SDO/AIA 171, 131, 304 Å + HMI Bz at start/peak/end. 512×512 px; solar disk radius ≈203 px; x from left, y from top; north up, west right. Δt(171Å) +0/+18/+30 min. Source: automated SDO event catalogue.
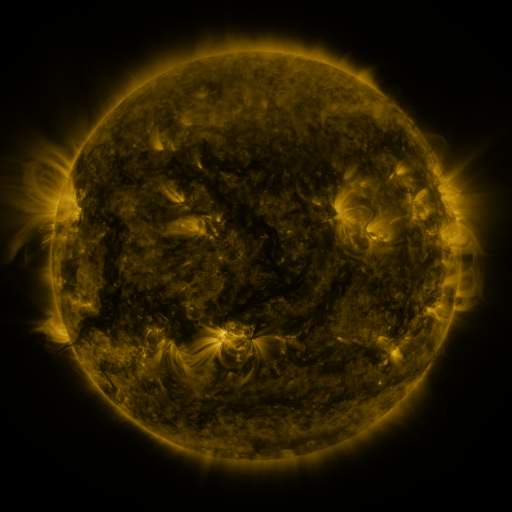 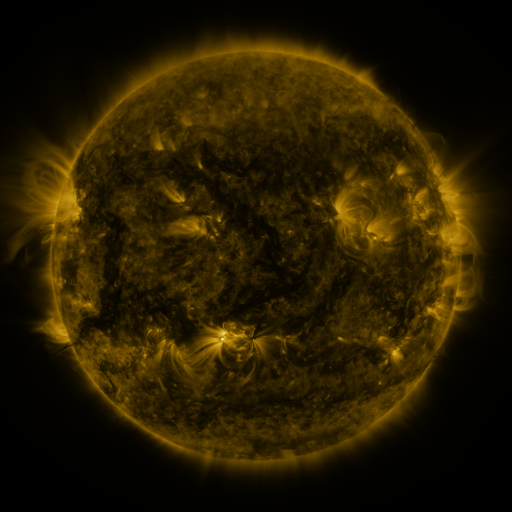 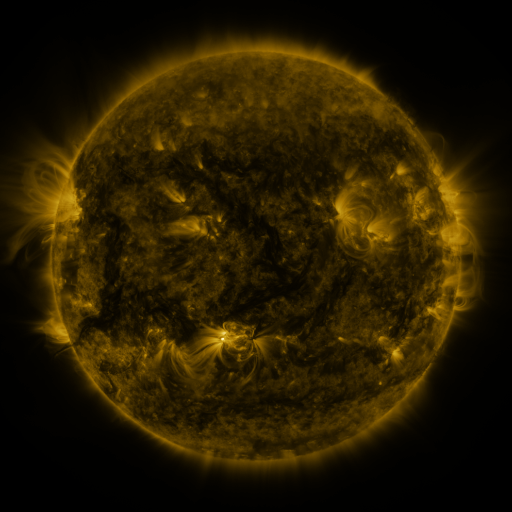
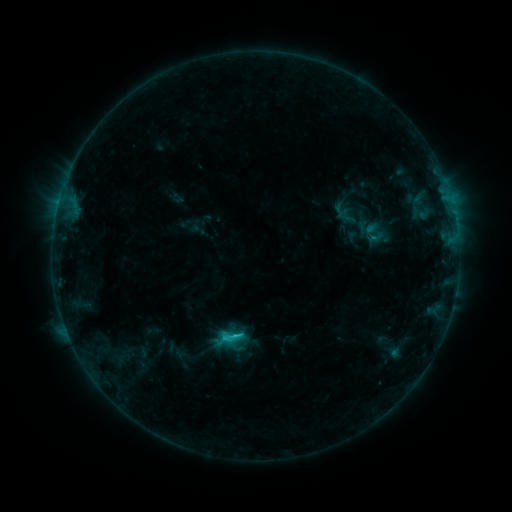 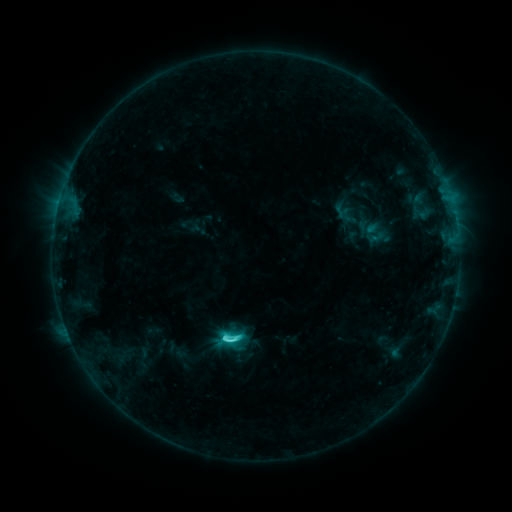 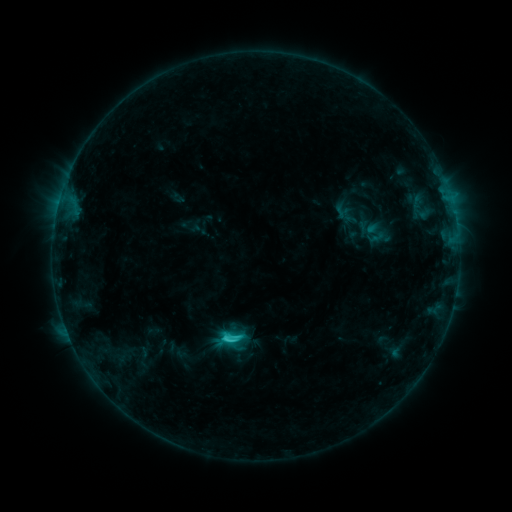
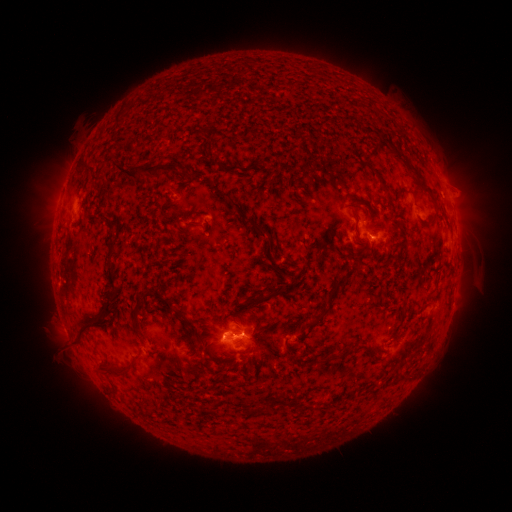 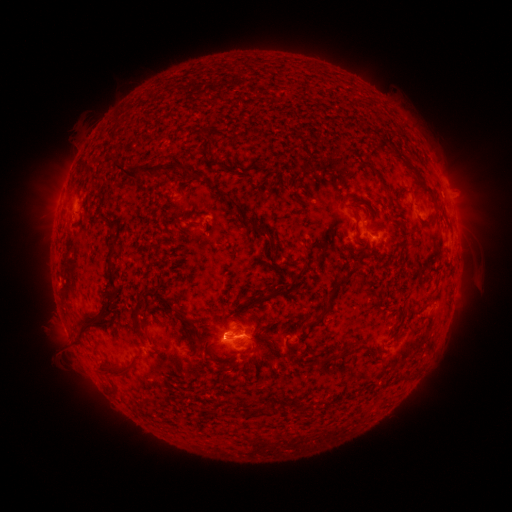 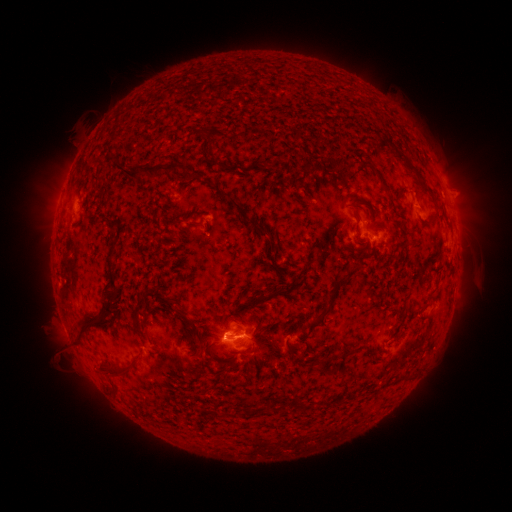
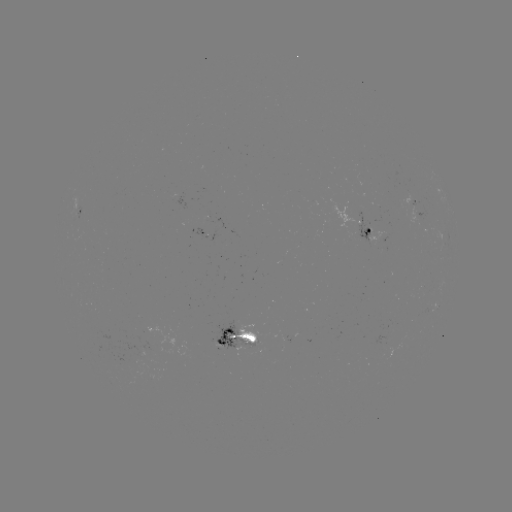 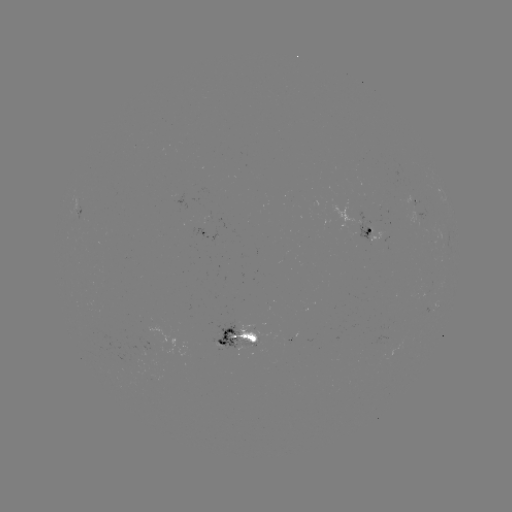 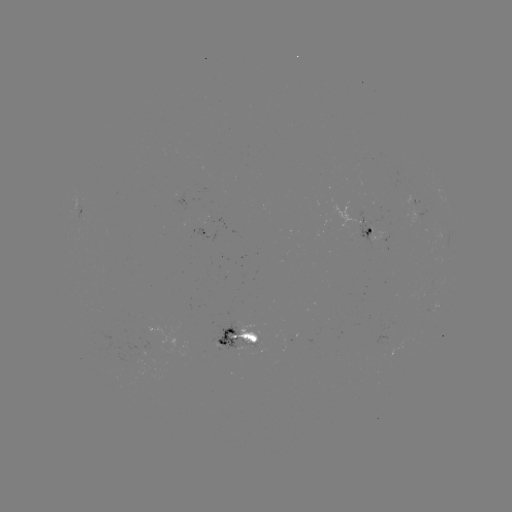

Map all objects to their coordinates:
C3.4 flare: (228, 336)
